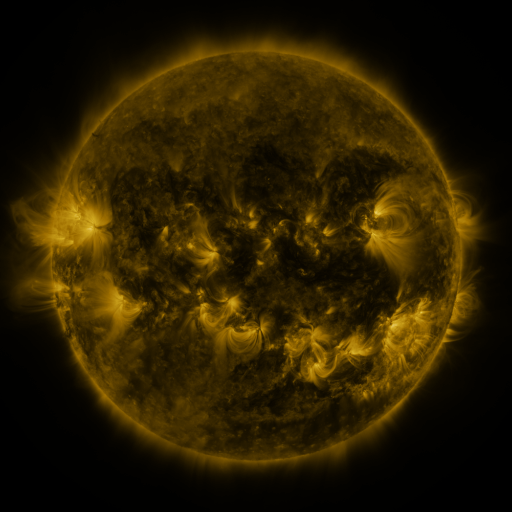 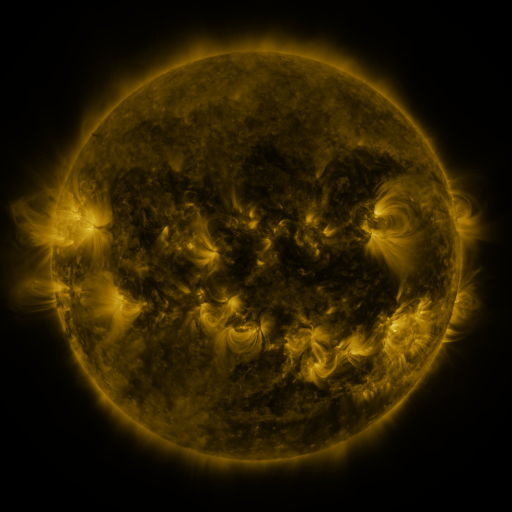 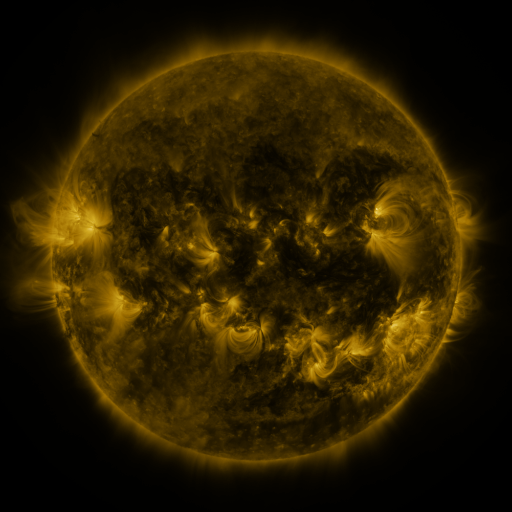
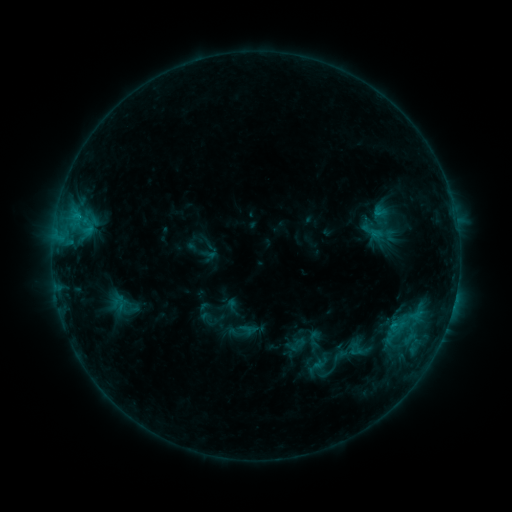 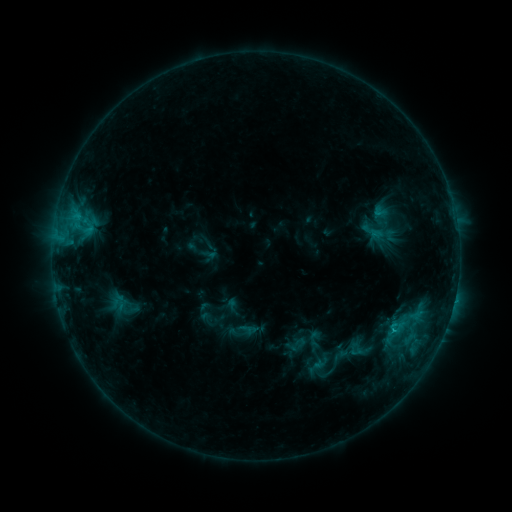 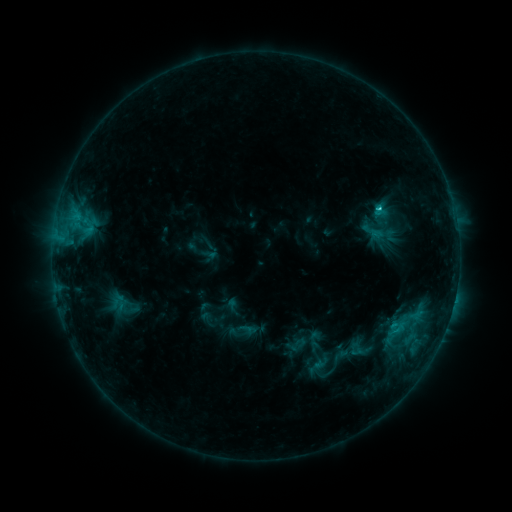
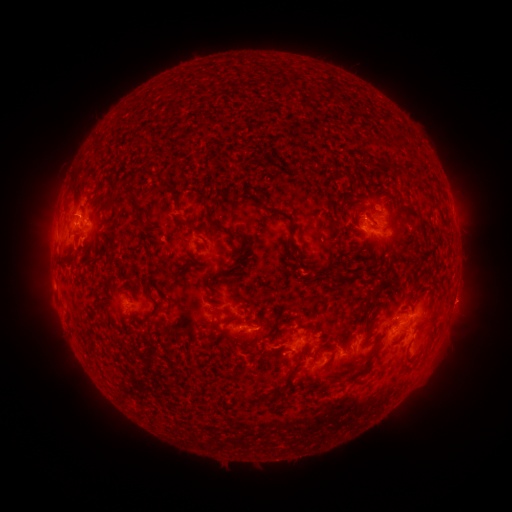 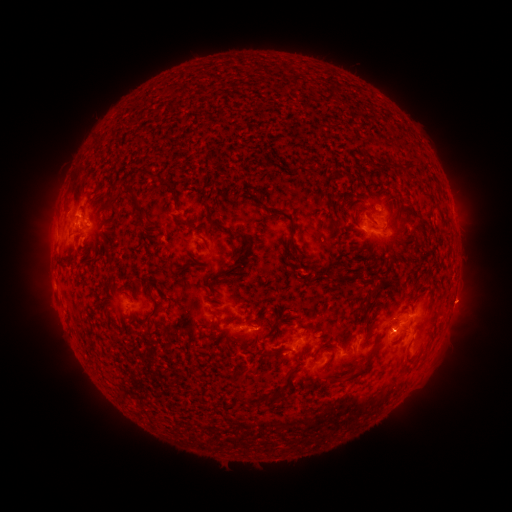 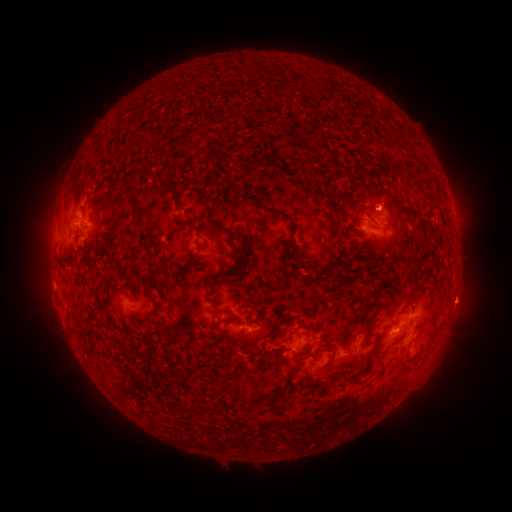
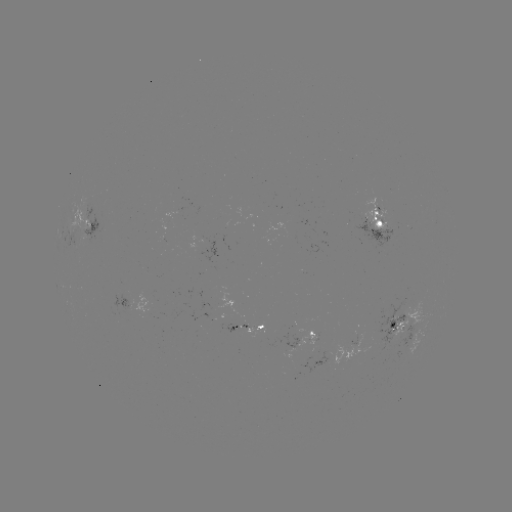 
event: flare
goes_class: C1.2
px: (392, 329)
